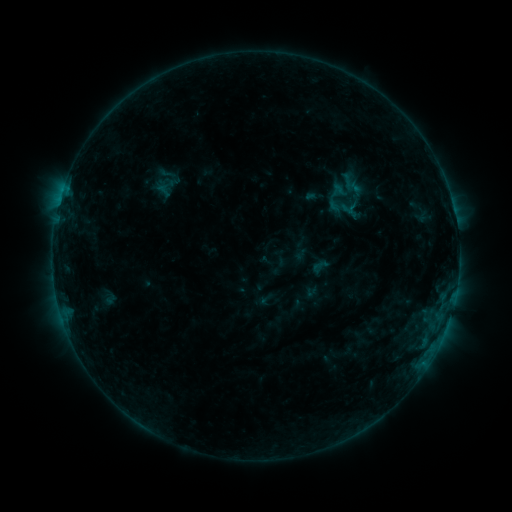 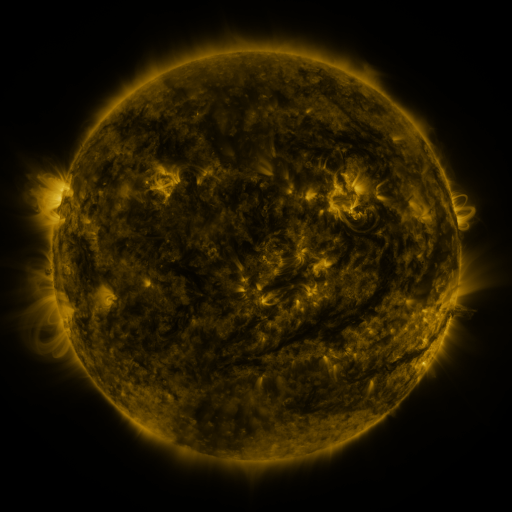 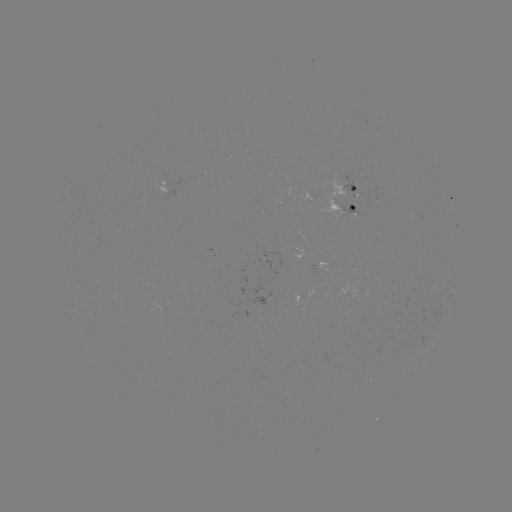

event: sigmoid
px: (166, 187)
